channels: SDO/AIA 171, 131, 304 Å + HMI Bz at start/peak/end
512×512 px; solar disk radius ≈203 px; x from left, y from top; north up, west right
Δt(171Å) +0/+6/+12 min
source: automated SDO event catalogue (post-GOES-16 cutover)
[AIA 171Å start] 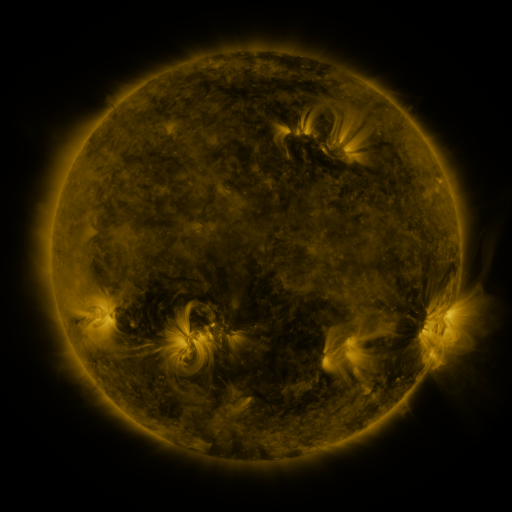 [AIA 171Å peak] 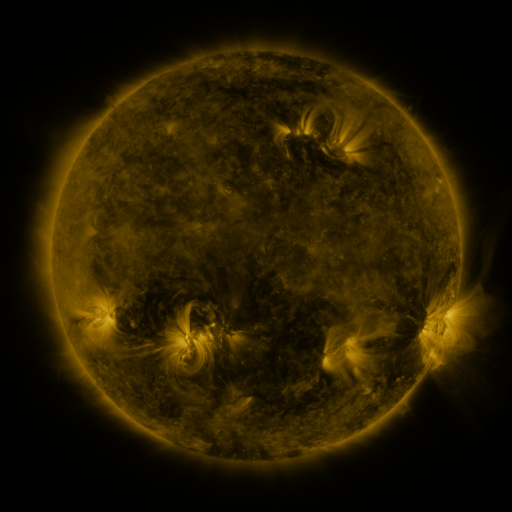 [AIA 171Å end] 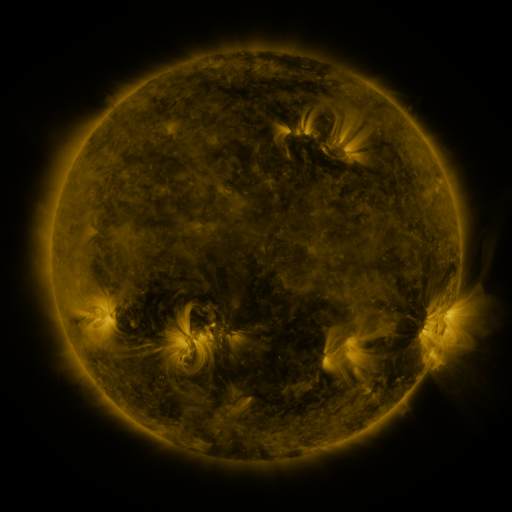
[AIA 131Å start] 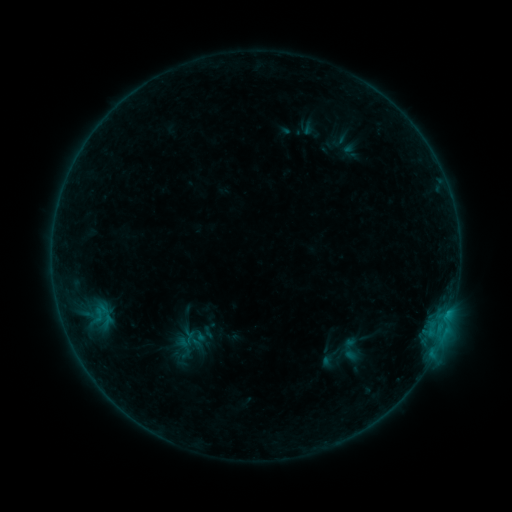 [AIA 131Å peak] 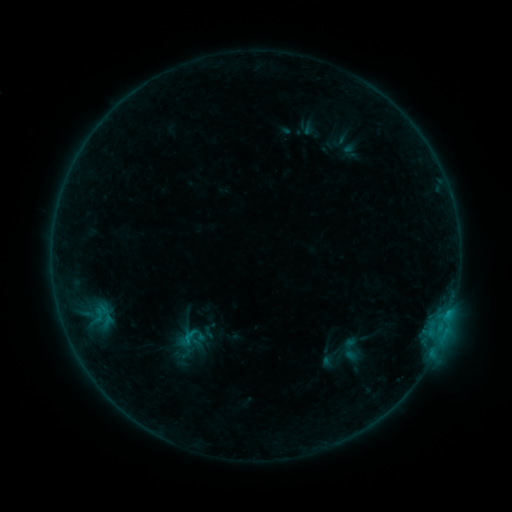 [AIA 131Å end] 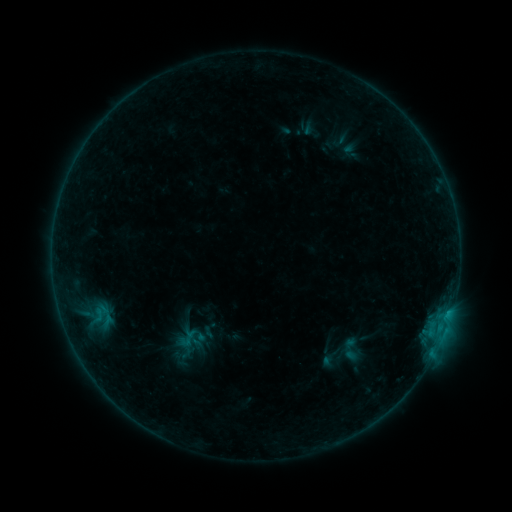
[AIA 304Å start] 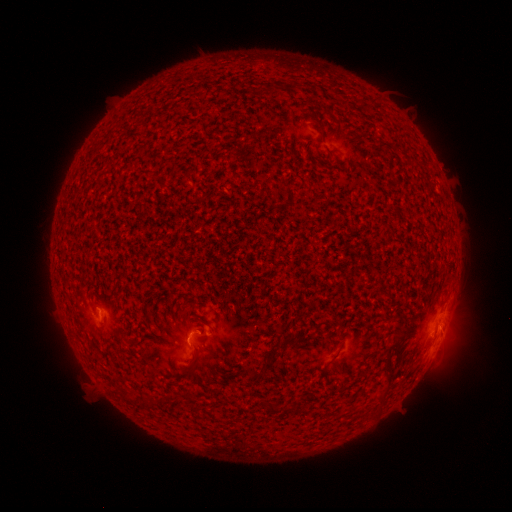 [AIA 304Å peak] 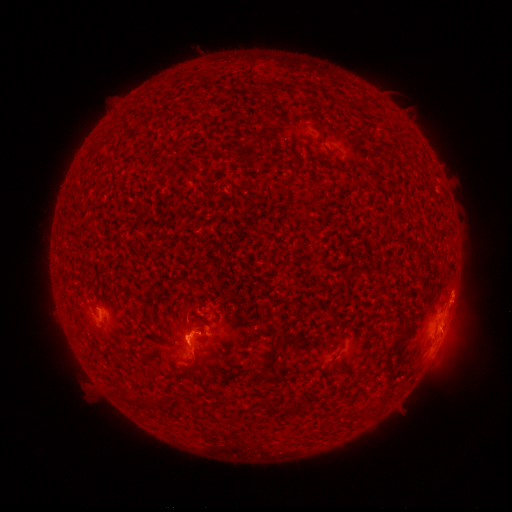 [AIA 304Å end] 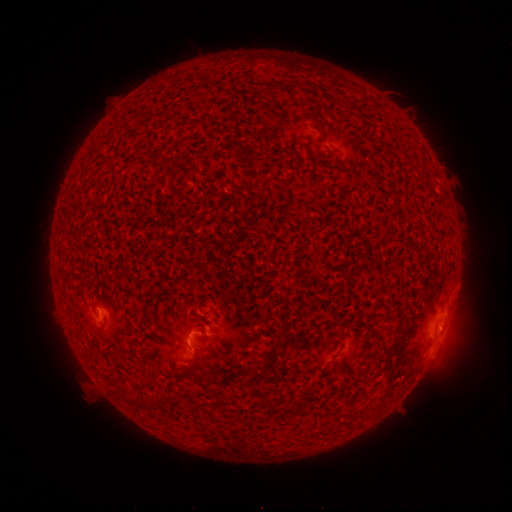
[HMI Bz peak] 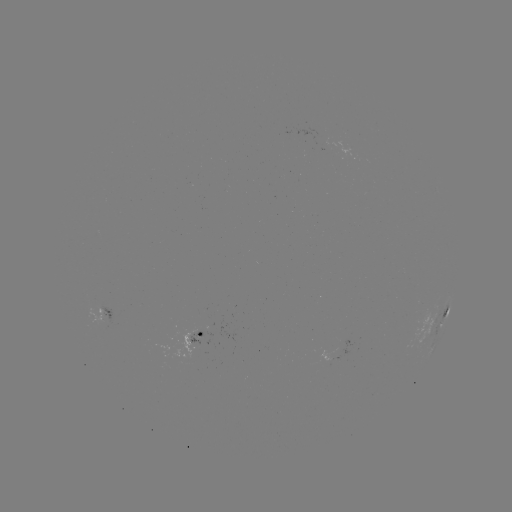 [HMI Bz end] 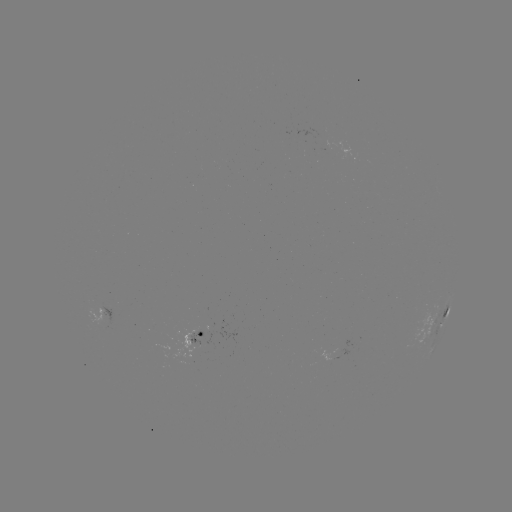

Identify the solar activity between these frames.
B5.3 flare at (191, 333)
